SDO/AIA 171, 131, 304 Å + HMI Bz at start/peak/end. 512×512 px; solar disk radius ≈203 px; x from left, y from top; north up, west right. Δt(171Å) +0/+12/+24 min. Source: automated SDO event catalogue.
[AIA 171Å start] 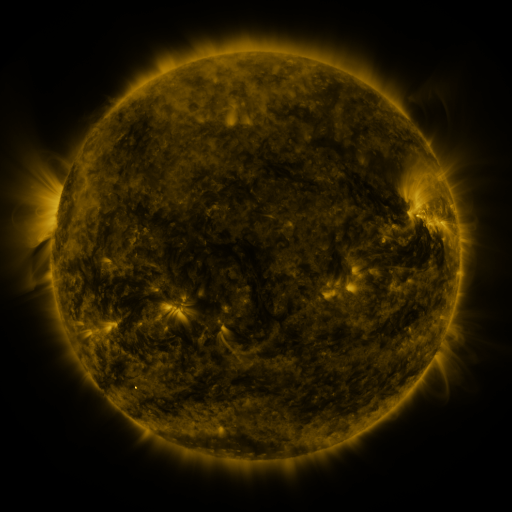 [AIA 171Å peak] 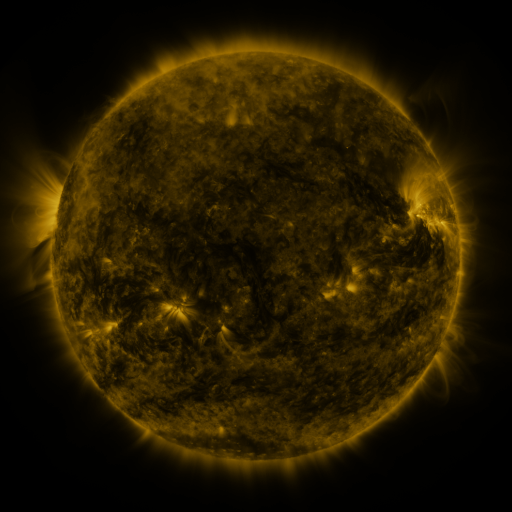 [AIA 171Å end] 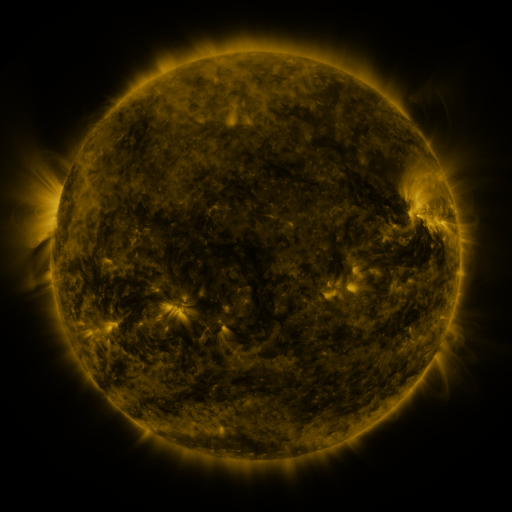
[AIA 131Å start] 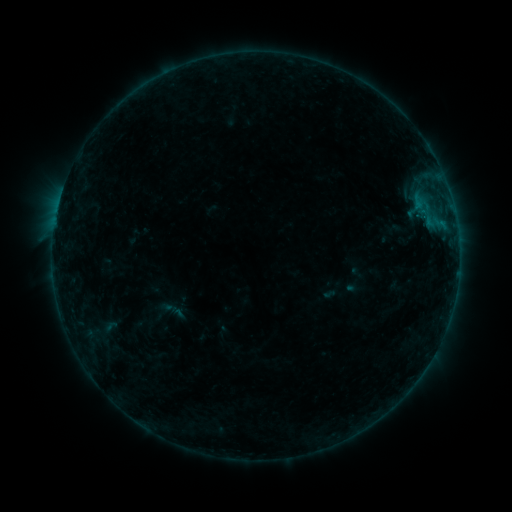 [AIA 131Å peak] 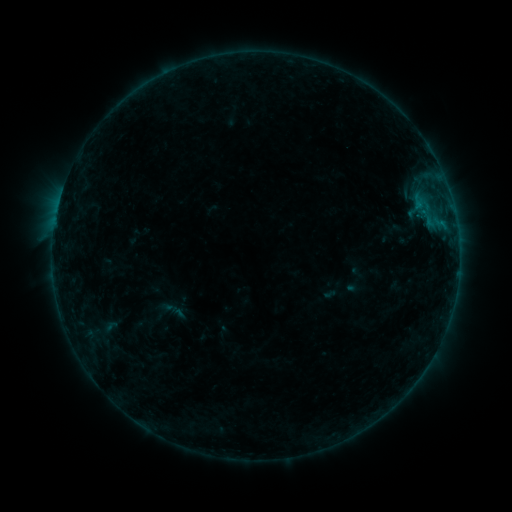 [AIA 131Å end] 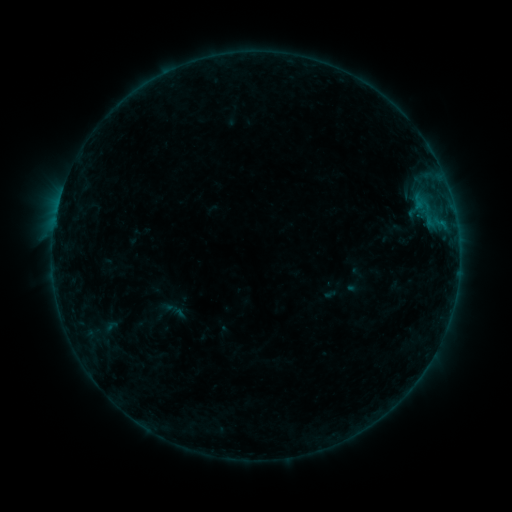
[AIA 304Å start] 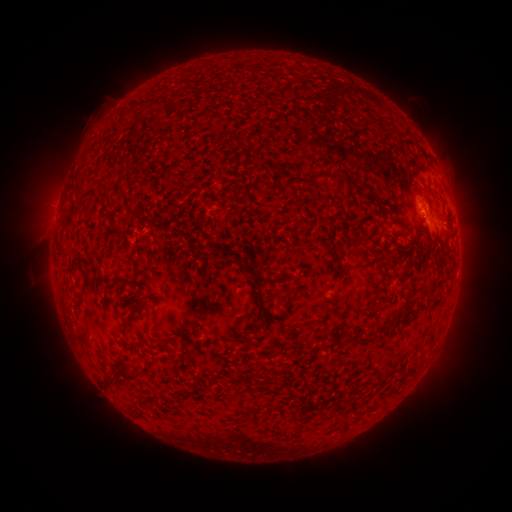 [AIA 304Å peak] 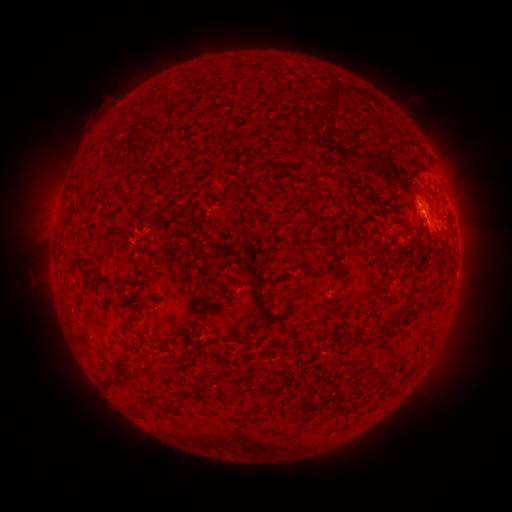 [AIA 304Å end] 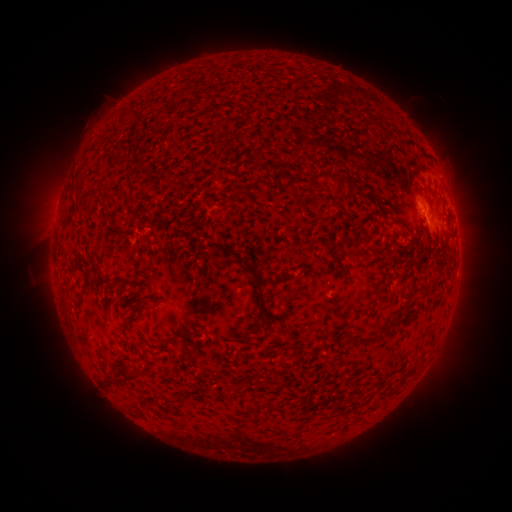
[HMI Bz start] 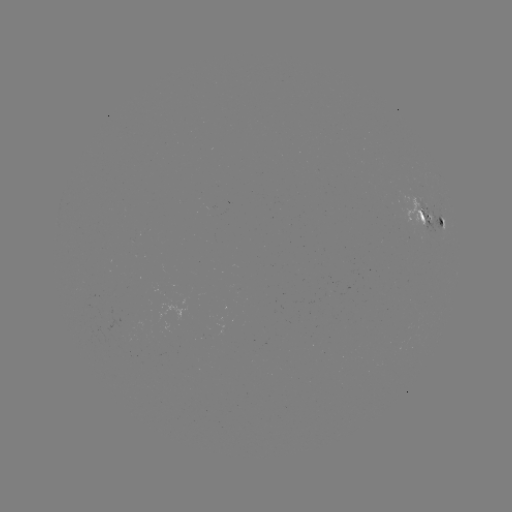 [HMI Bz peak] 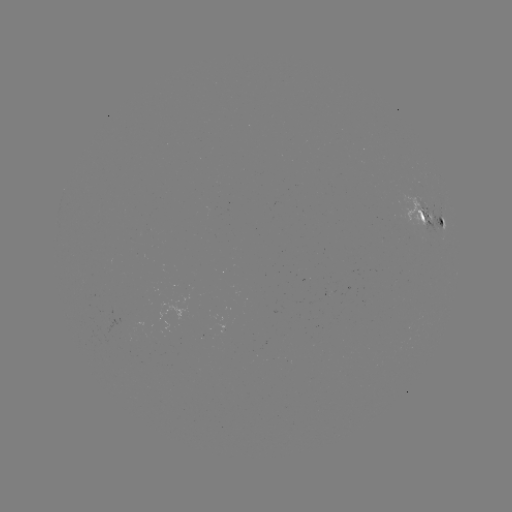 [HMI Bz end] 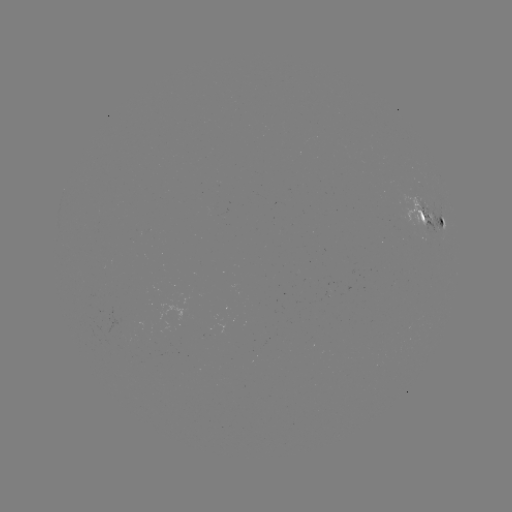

no classed flare was catalogued and no EUV brightening was flagged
